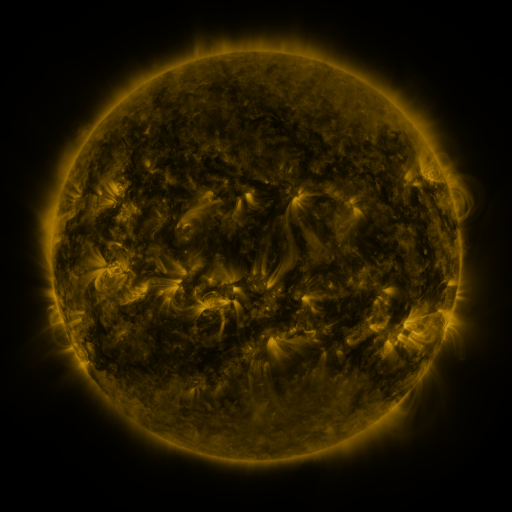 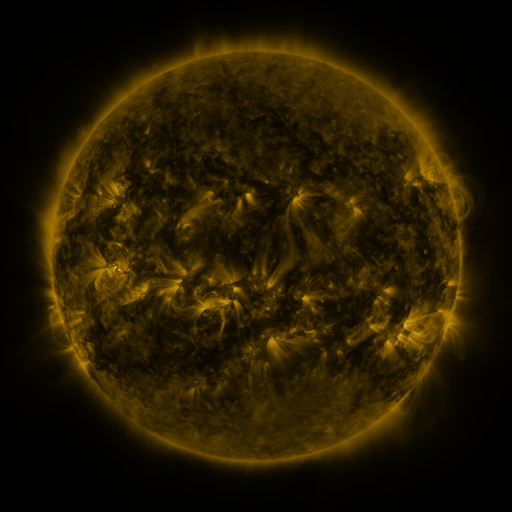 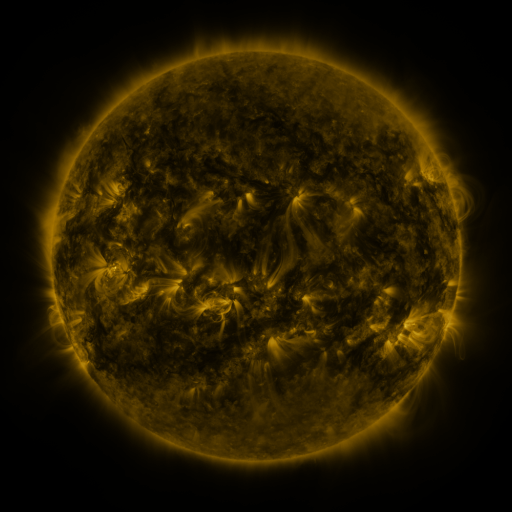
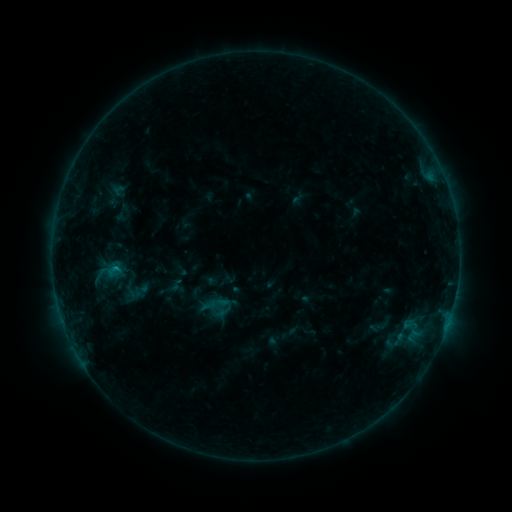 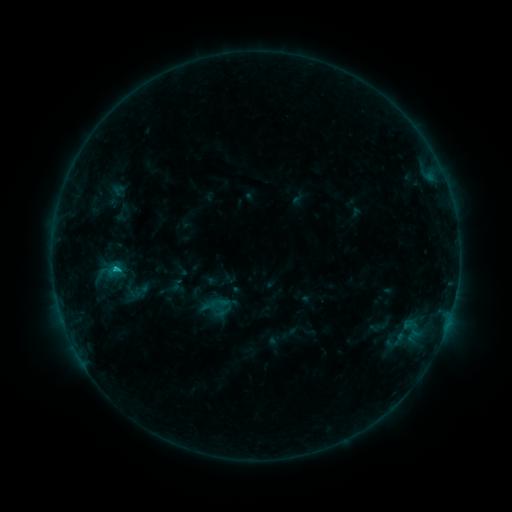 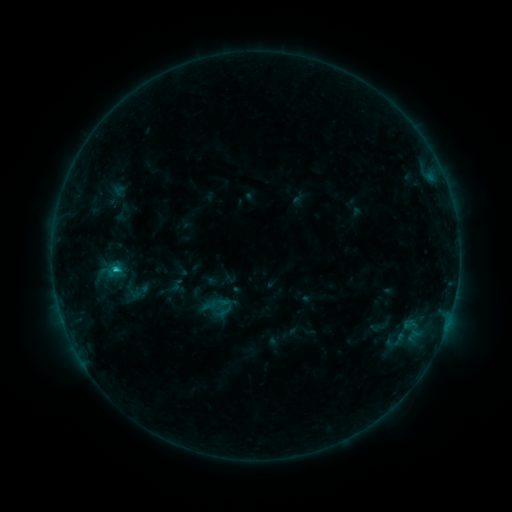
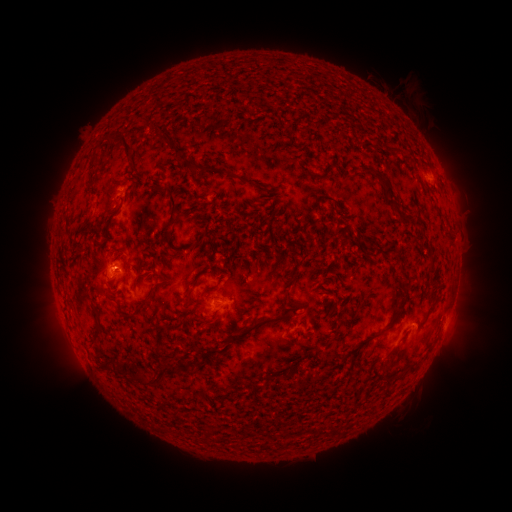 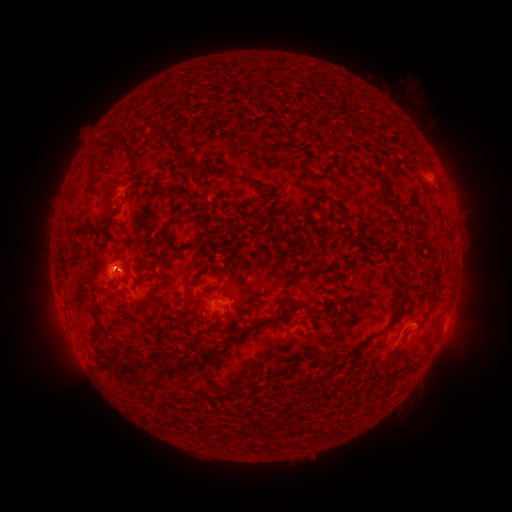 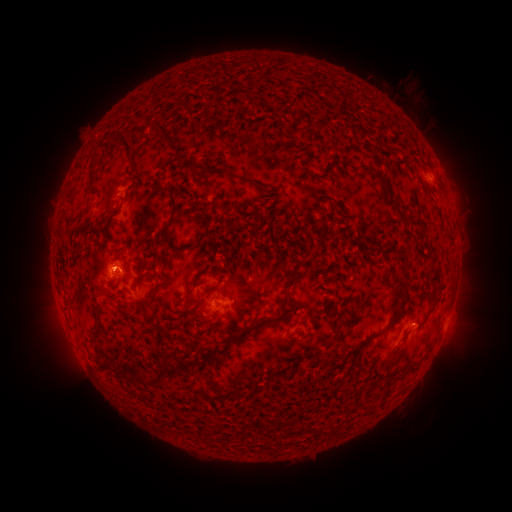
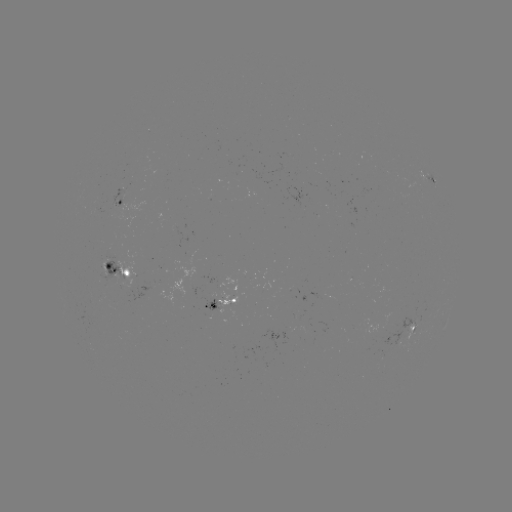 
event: flare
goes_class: C1.5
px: (117, 266)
